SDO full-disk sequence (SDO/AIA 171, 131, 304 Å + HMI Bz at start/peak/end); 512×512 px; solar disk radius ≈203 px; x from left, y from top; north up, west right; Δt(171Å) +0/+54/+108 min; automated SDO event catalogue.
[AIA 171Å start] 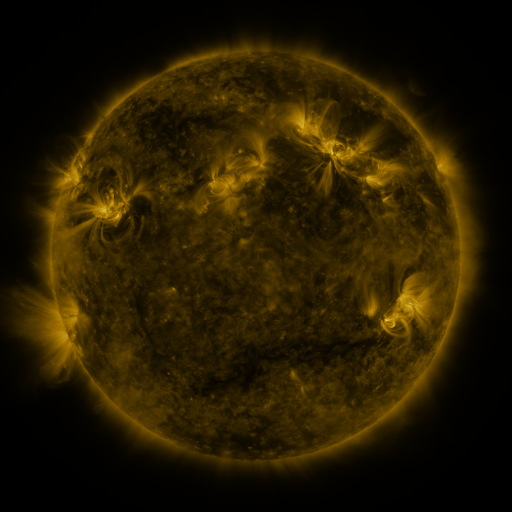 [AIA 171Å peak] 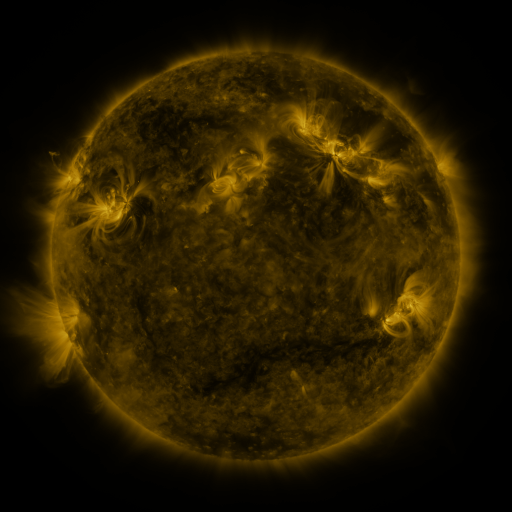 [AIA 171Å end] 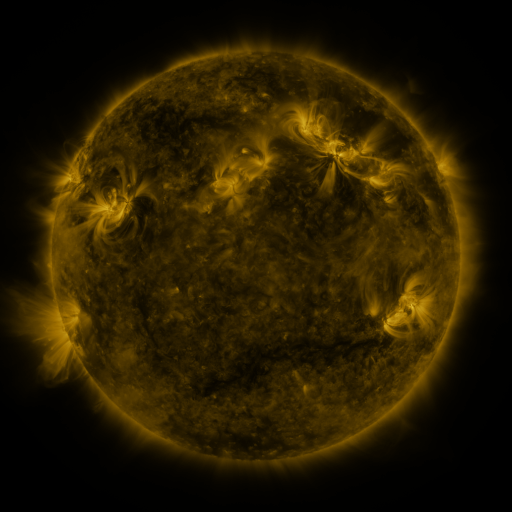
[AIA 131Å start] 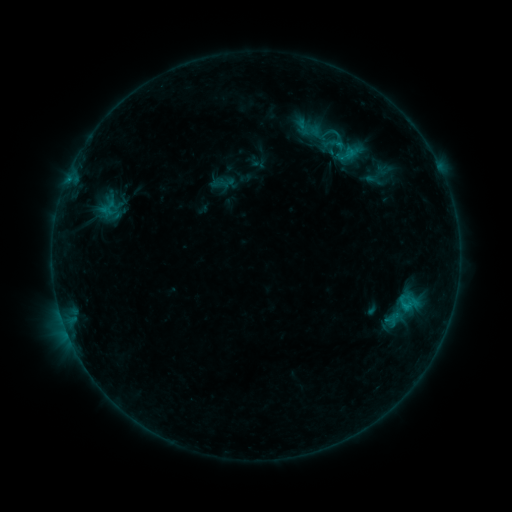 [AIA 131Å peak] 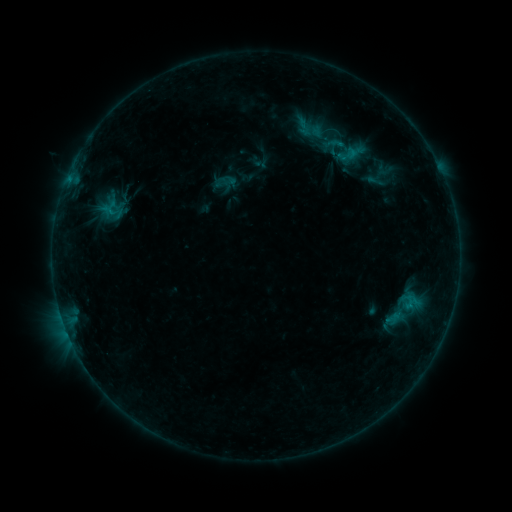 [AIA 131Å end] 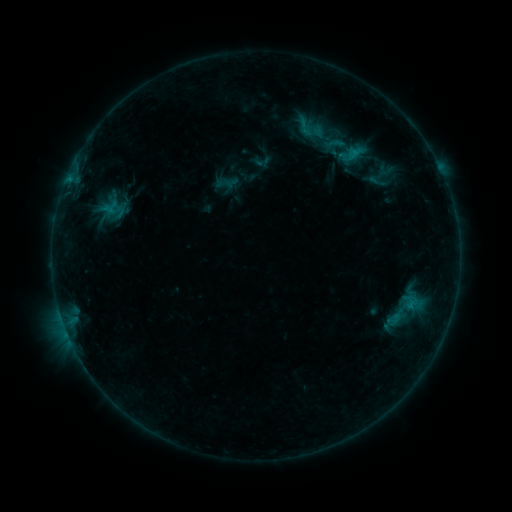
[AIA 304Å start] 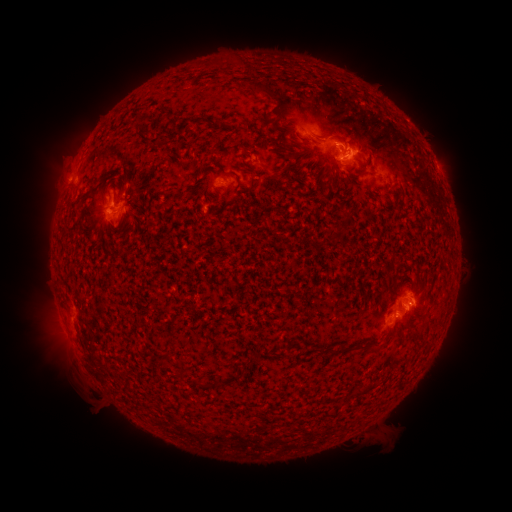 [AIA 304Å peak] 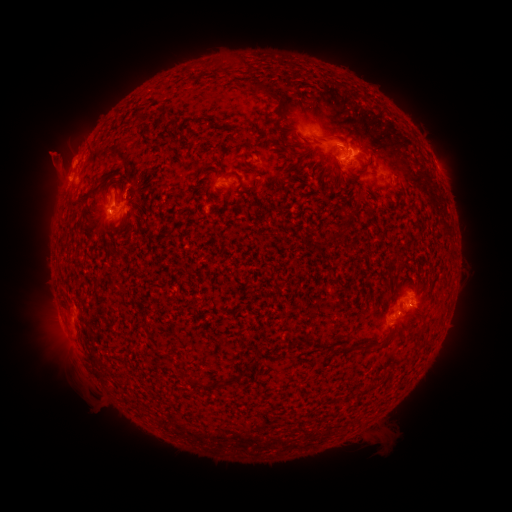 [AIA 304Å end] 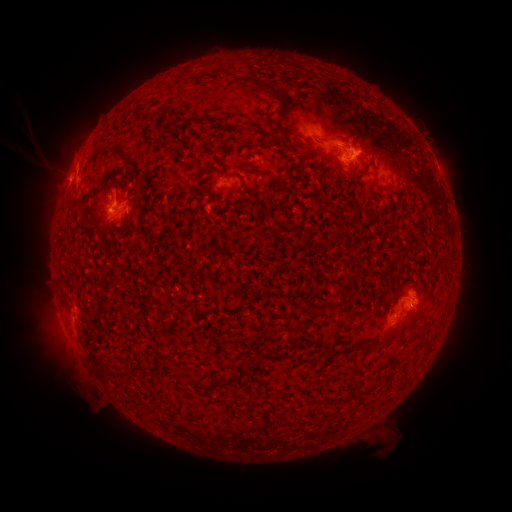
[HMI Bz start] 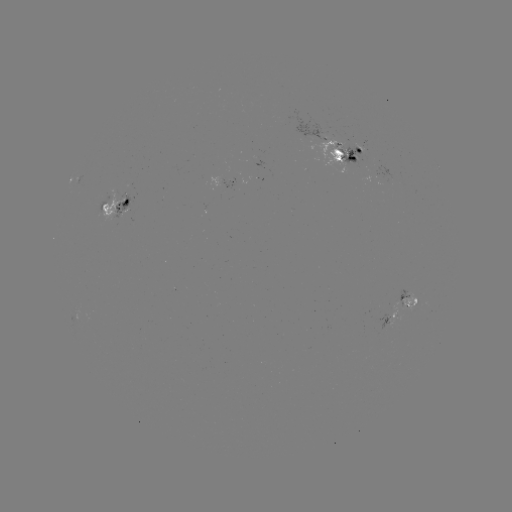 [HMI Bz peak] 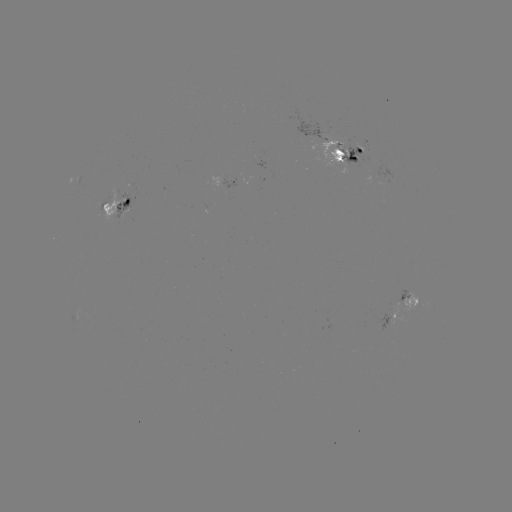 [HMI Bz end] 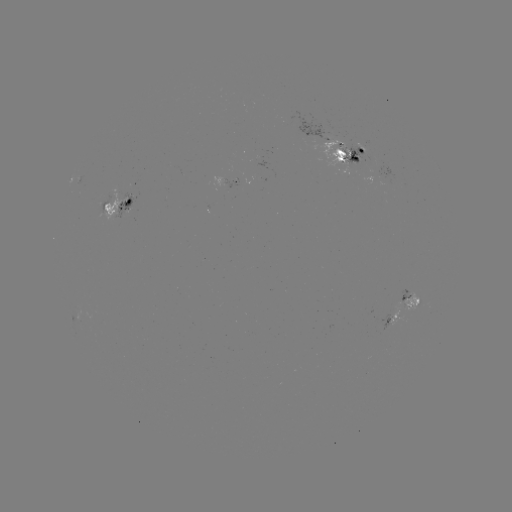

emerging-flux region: [116, 194, 130, 218]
